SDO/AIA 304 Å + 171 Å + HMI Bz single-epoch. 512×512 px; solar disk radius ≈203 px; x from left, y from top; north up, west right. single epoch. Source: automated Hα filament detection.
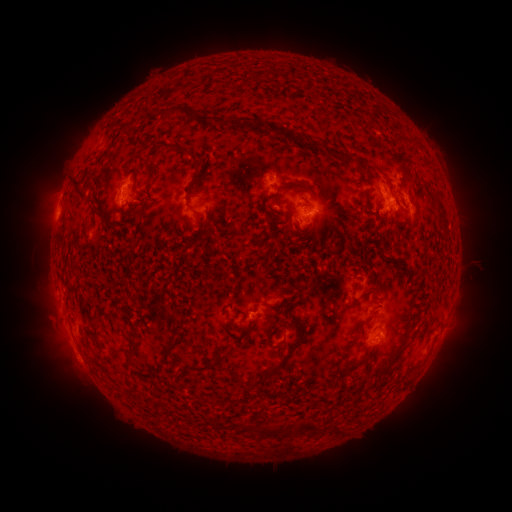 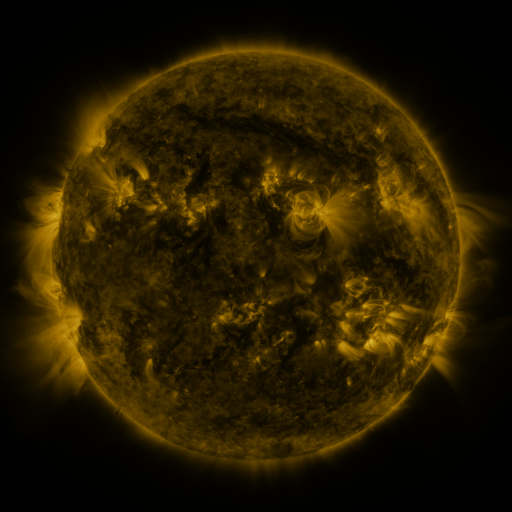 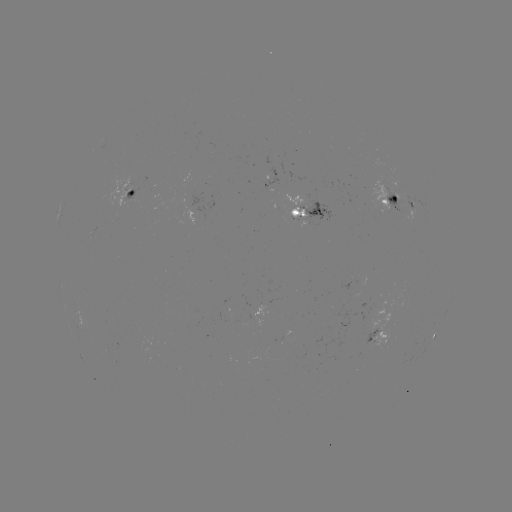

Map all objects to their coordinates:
filament: (197, 118)
filament: (233, 124)
filament: (397, 139)
filament: (311, 144)
filament: (189, 157)
filament: (401, 172)
filament: (154, 173)
filament: (293, 183)
filament: (77, 192)
filament: (365, 197)
filament: (441, 210)
filament: (274, 222)
filament: (330, 223)
filament: (200, 238)
filament: (274, 306)
filament: (301, 333)
filament: (276, 346)
filament: (168, 355)
filament: (396, 357)
filament: (359, 363)
filament: (207, 368)
filament: (267, 377)
filament: (315, 399)
filament: (338, 402)
filament: (312, 424)
filament: (339, 428)
filament: (263, 429)
